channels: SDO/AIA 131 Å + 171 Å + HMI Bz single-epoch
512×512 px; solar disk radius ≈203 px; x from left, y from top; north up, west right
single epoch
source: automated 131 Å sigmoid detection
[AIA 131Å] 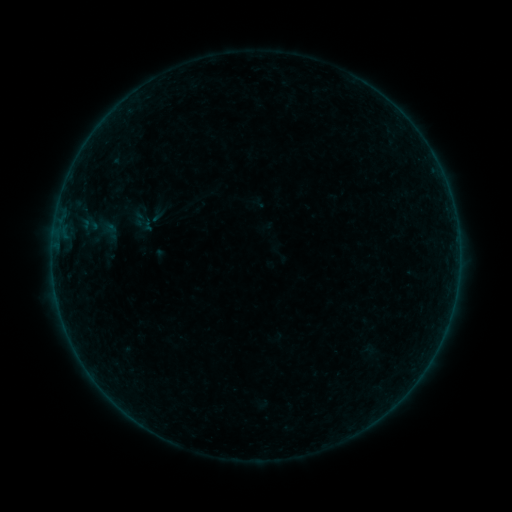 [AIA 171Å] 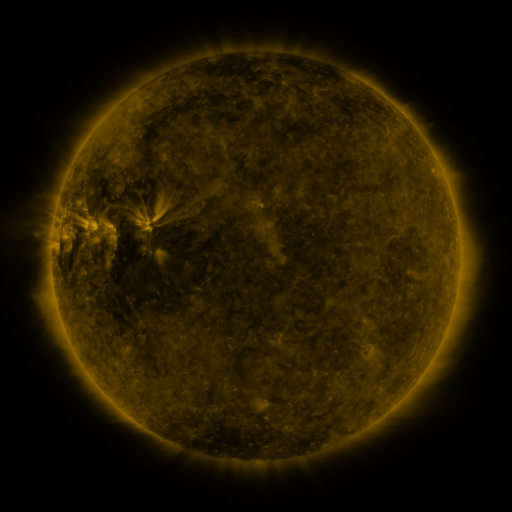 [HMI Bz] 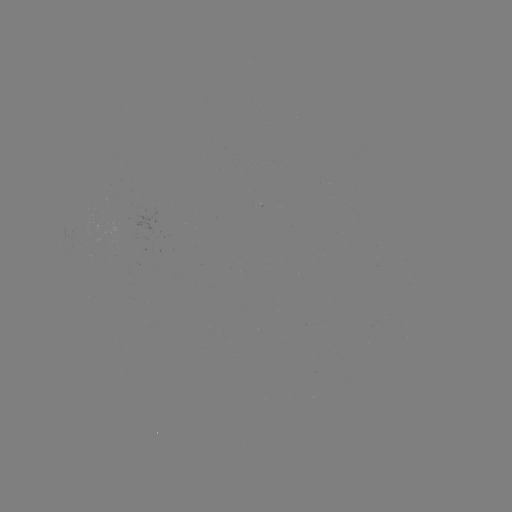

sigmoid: <bbox>76, 205, 121, 250</bbox>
